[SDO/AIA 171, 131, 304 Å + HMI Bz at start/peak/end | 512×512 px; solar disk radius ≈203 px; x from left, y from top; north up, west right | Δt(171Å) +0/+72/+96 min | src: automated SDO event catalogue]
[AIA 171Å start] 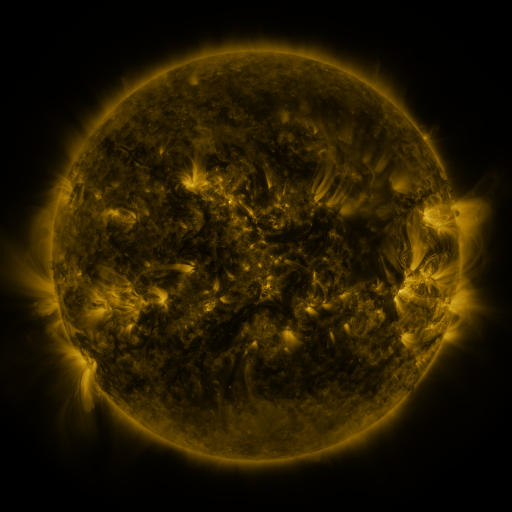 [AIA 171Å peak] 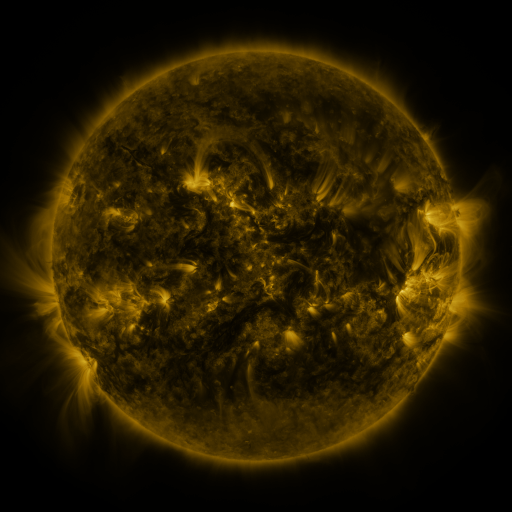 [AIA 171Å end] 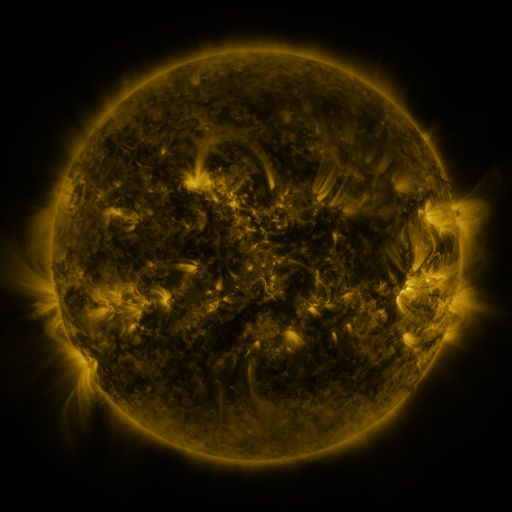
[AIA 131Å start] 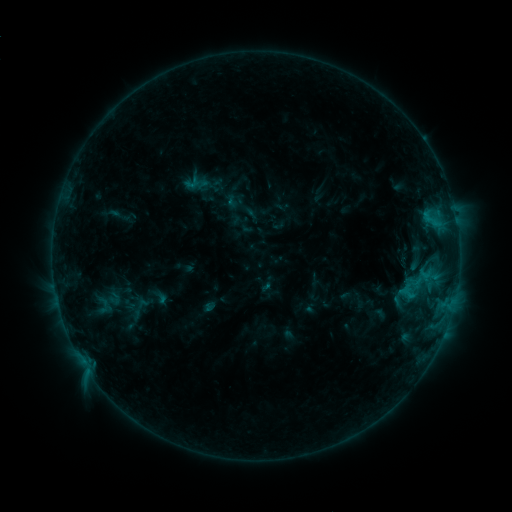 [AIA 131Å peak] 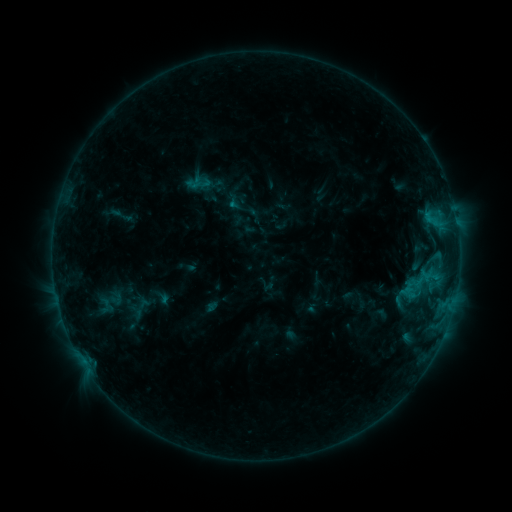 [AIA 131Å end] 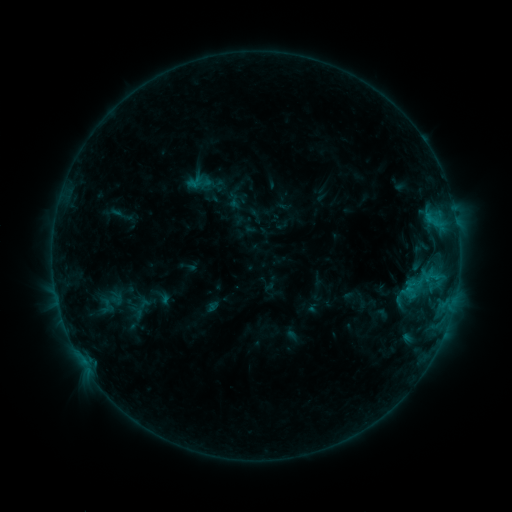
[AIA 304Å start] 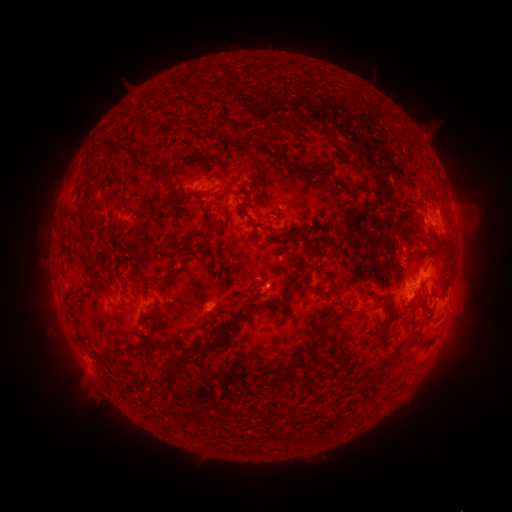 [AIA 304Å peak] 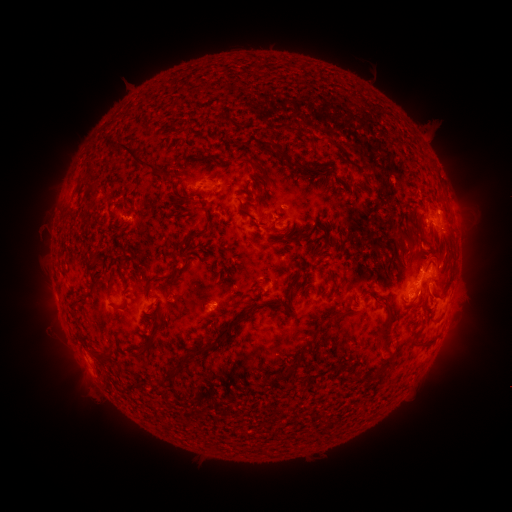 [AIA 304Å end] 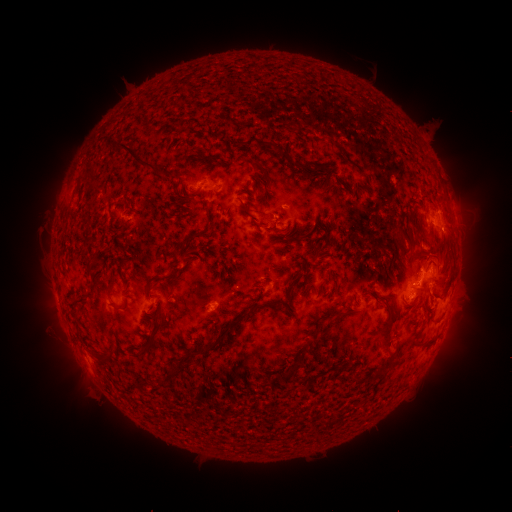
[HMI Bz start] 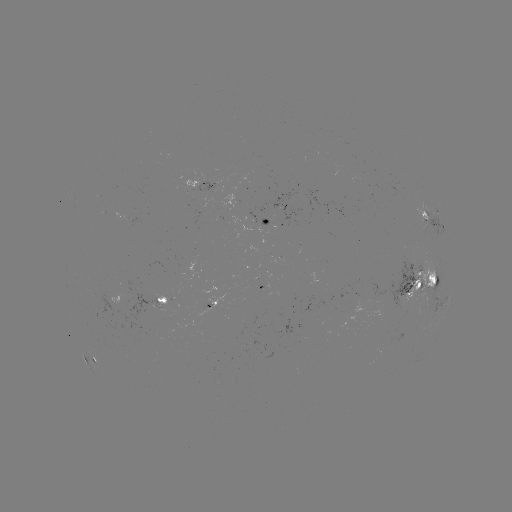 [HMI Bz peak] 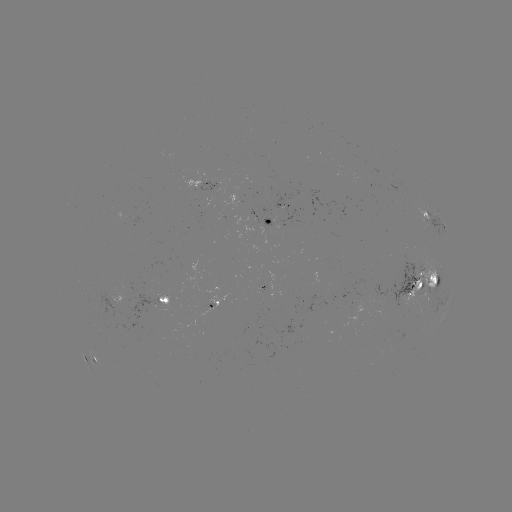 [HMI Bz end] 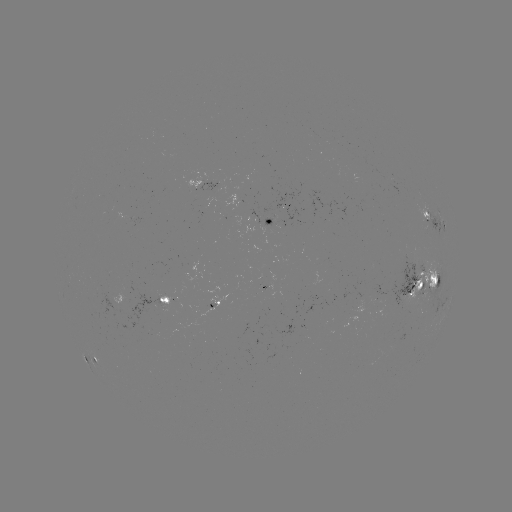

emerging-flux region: (235, 214, 257, 227)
